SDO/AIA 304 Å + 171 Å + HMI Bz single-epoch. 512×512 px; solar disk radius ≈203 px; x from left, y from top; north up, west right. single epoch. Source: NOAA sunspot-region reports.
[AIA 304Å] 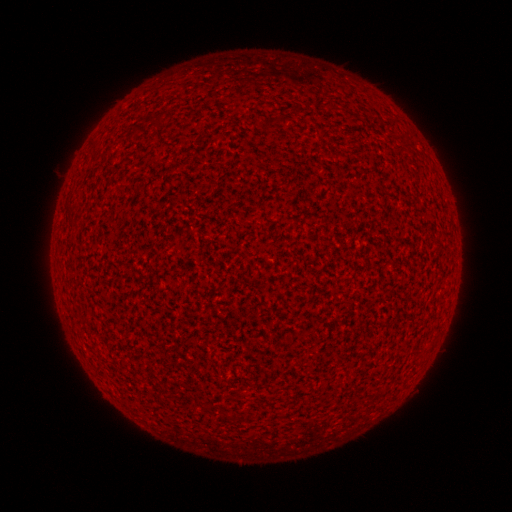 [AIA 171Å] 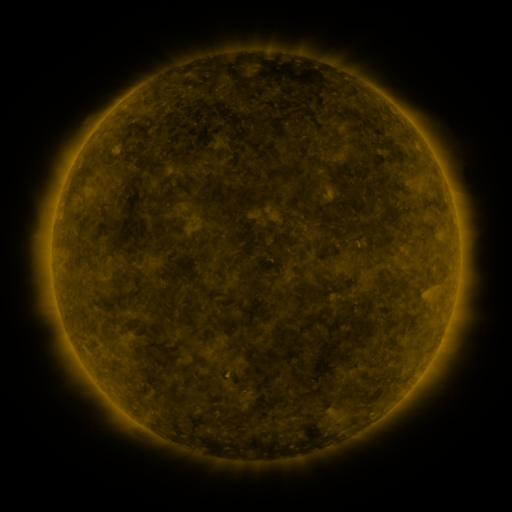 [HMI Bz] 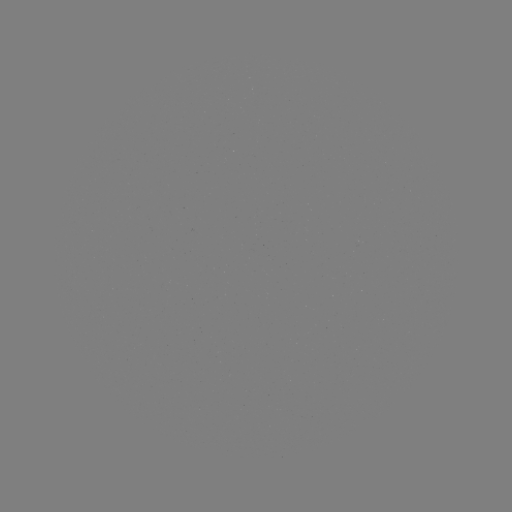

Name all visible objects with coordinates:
(none)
